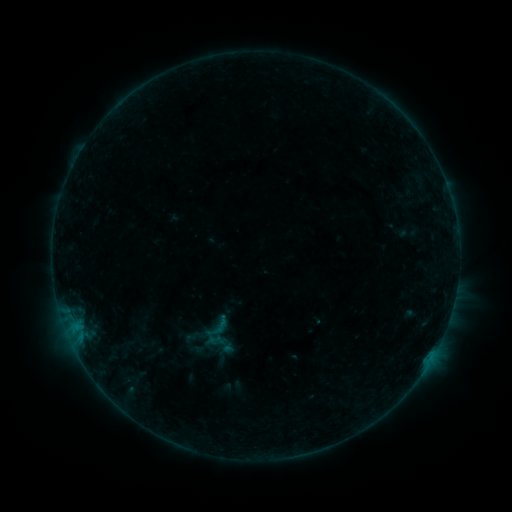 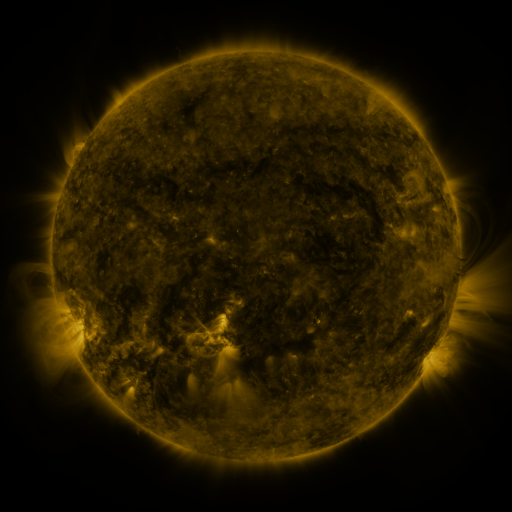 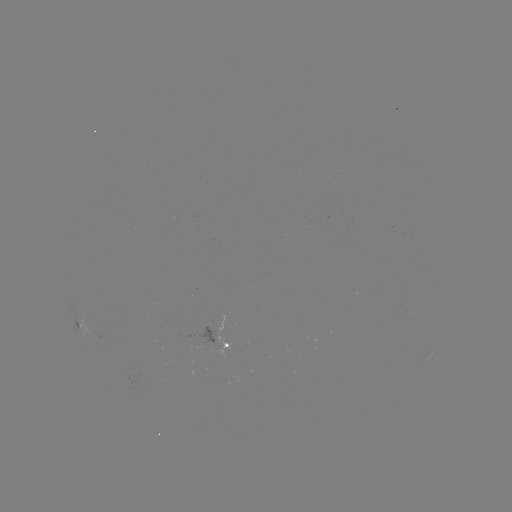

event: sigmoid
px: (218, 328)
